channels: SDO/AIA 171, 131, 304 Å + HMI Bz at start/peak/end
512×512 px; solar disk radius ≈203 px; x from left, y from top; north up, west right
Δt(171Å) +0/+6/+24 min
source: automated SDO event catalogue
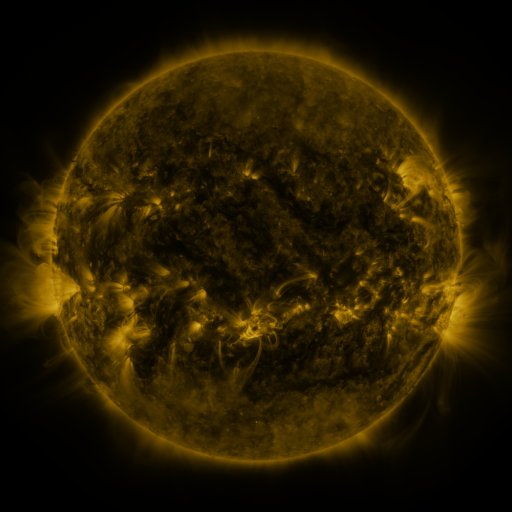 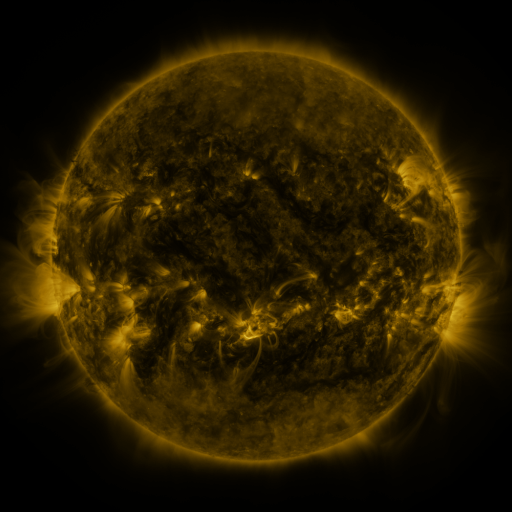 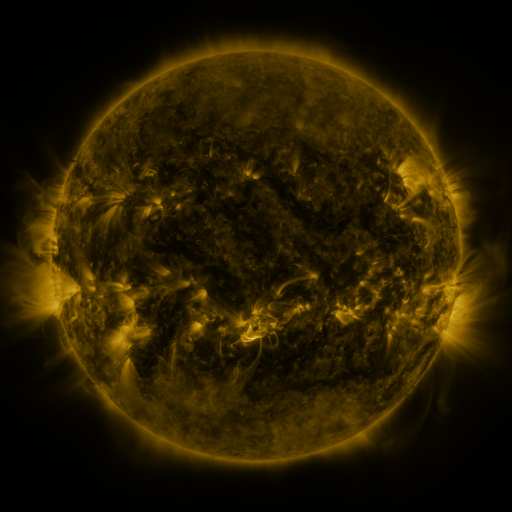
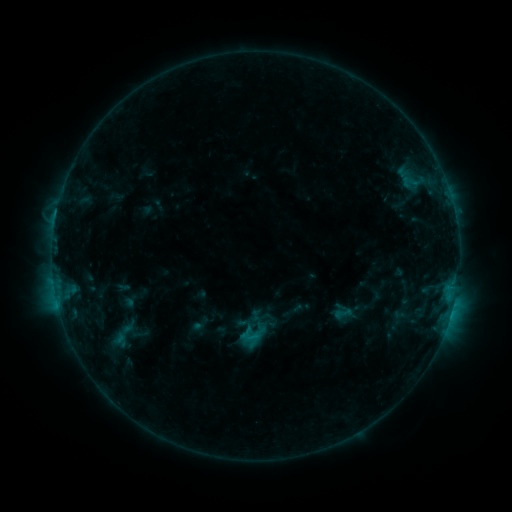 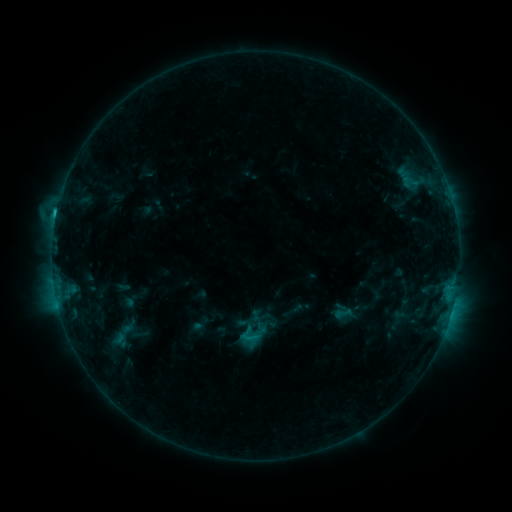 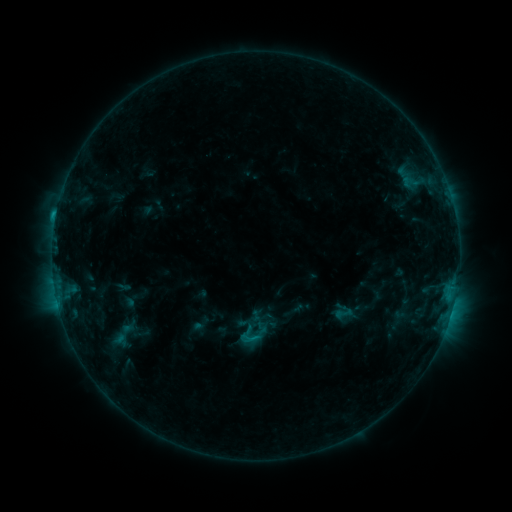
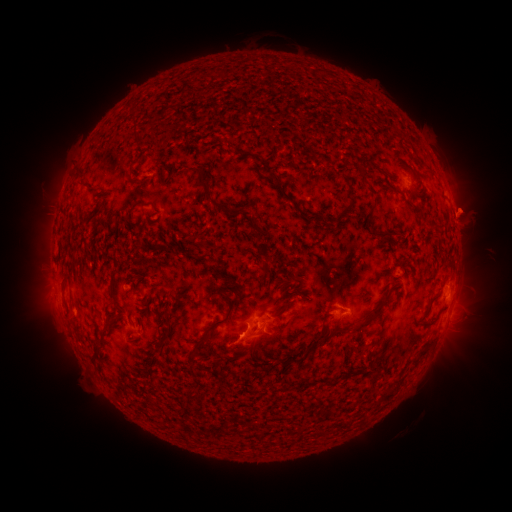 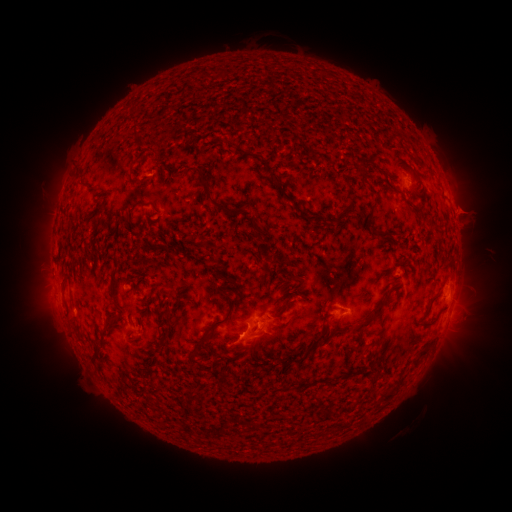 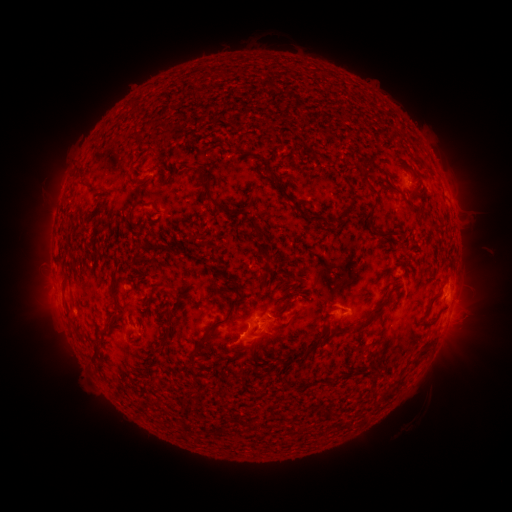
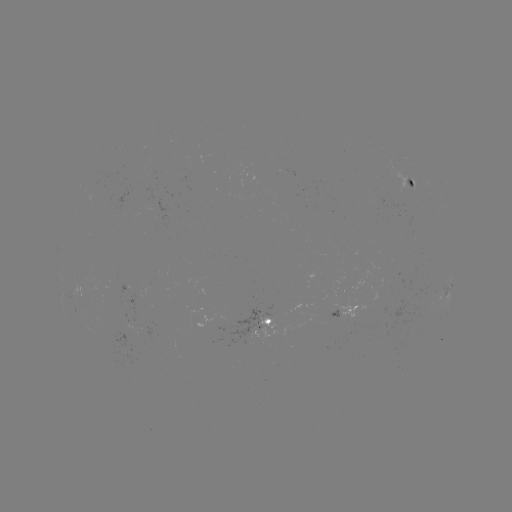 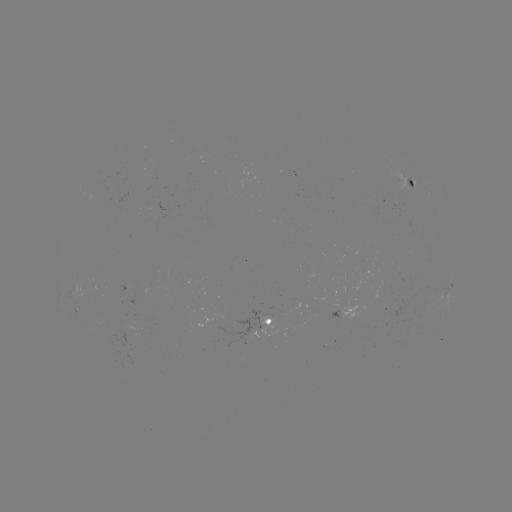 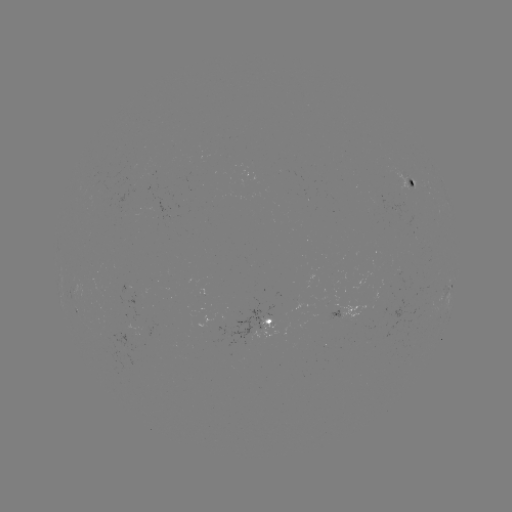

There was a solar flare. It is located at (56, 216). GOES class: C1.5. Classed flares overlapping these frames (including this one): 1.